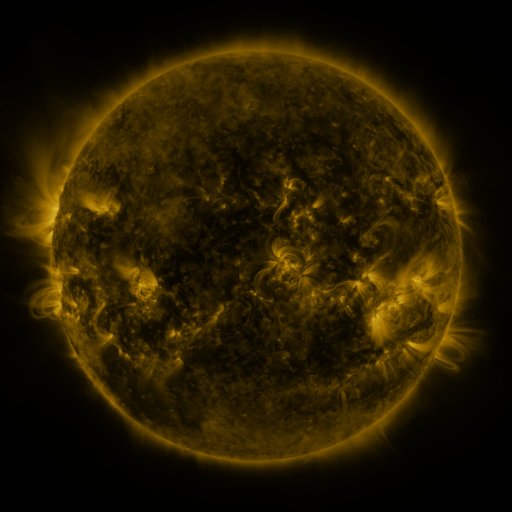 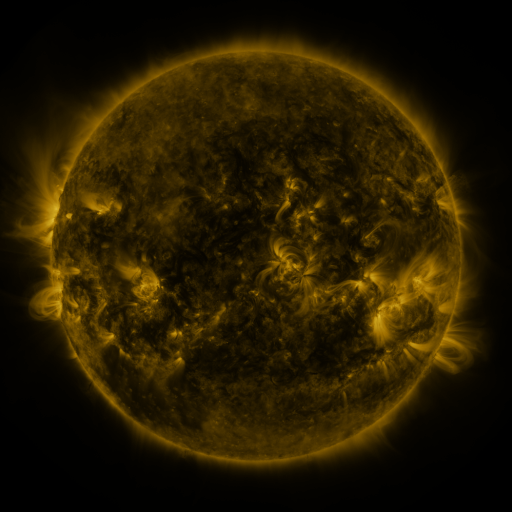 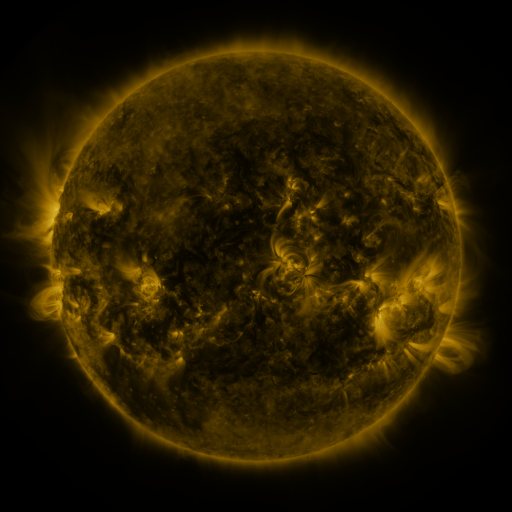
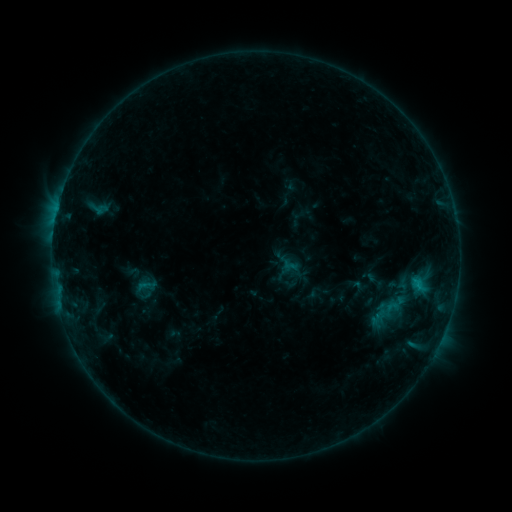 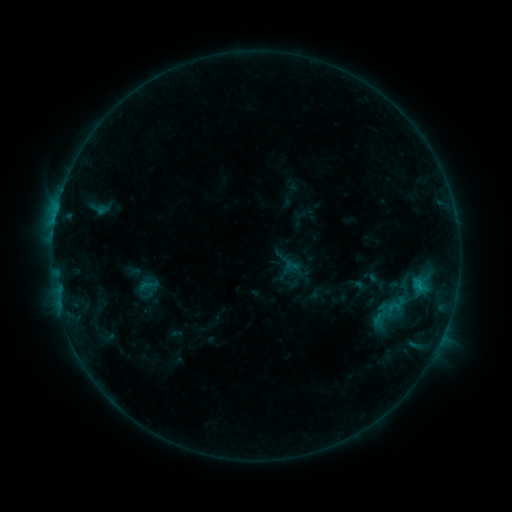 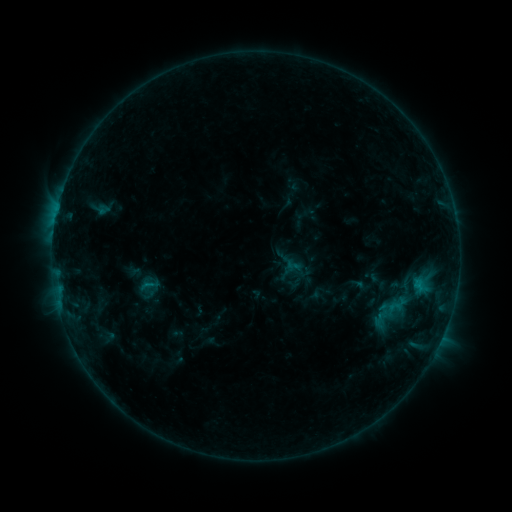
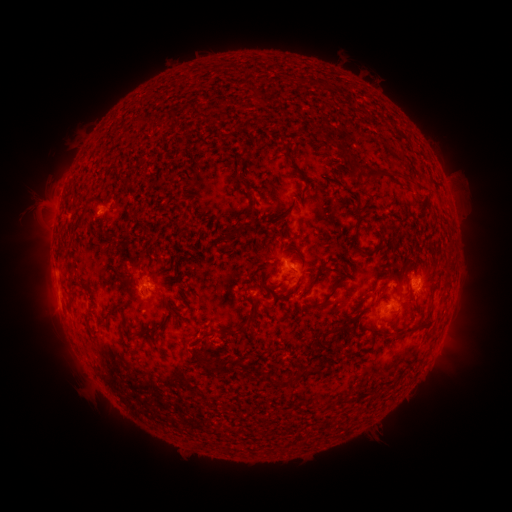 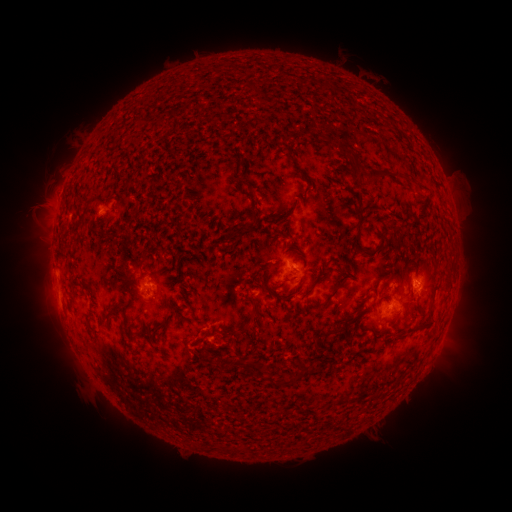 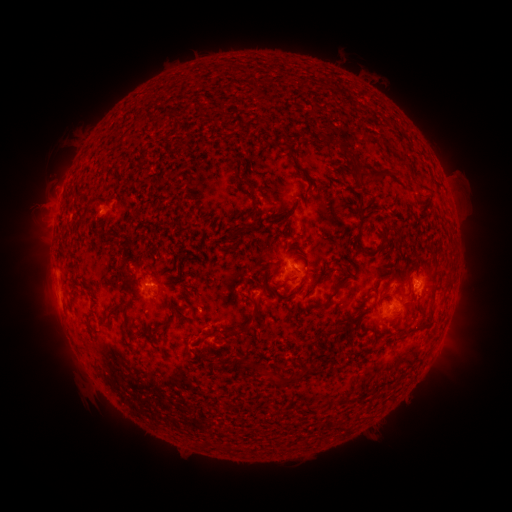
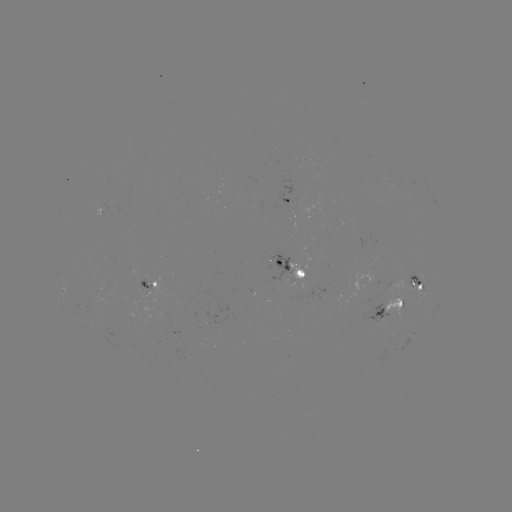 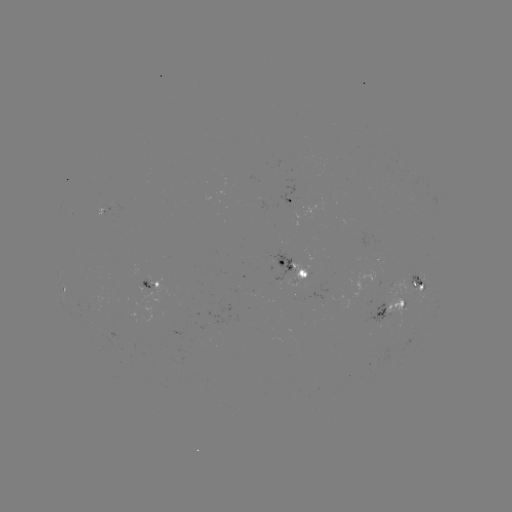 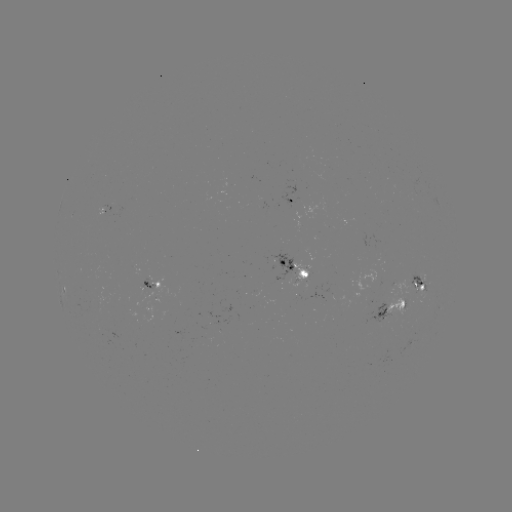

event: emerging-flux region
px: (409, 194)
